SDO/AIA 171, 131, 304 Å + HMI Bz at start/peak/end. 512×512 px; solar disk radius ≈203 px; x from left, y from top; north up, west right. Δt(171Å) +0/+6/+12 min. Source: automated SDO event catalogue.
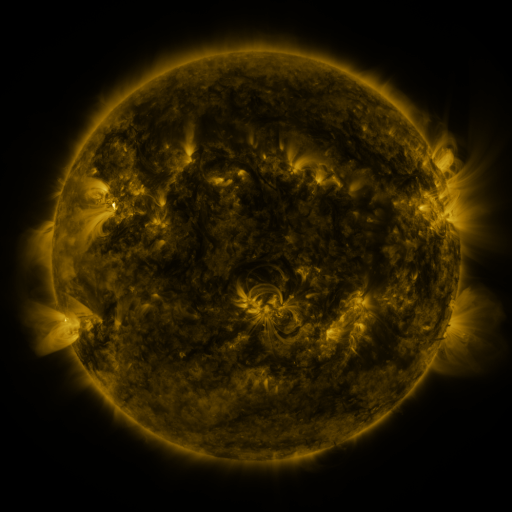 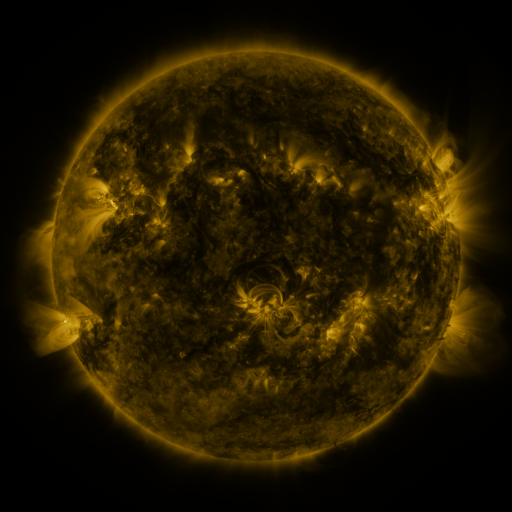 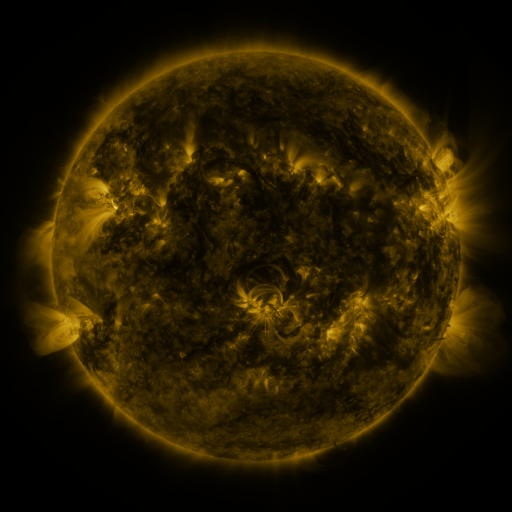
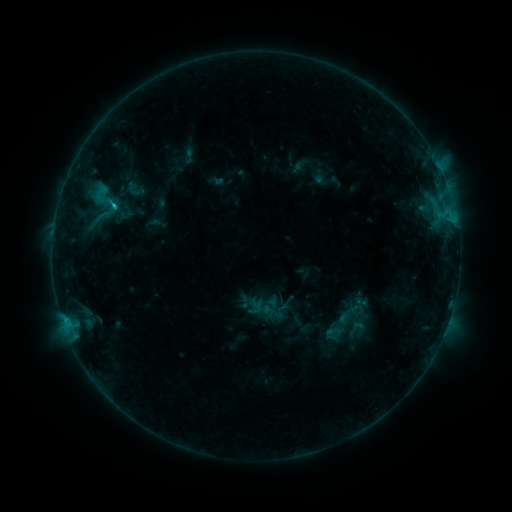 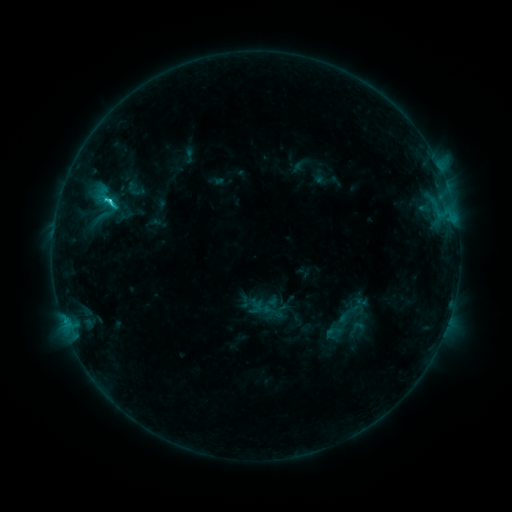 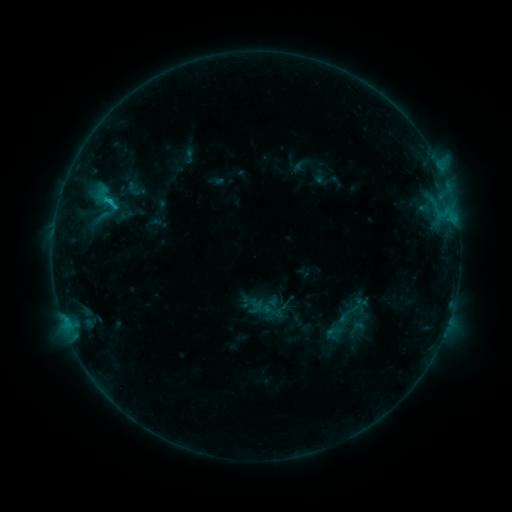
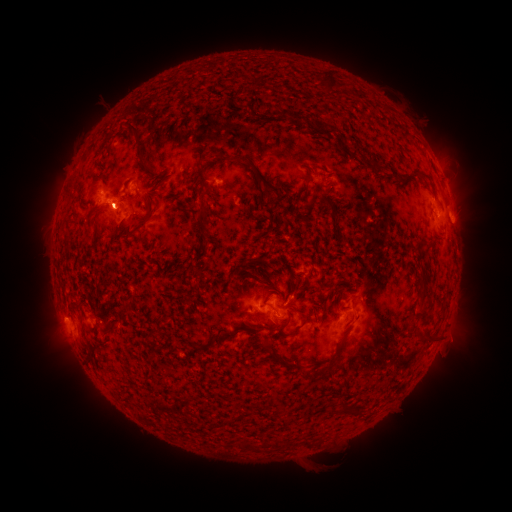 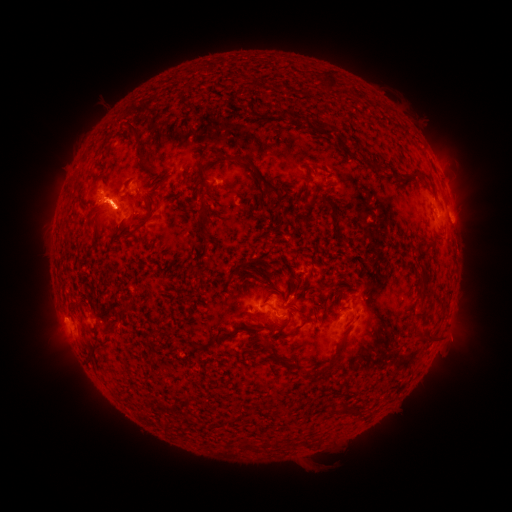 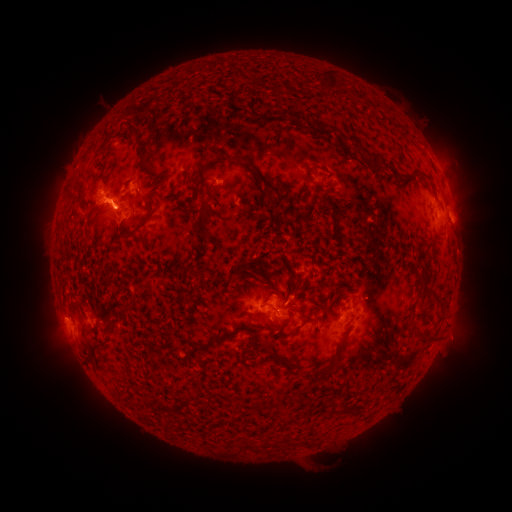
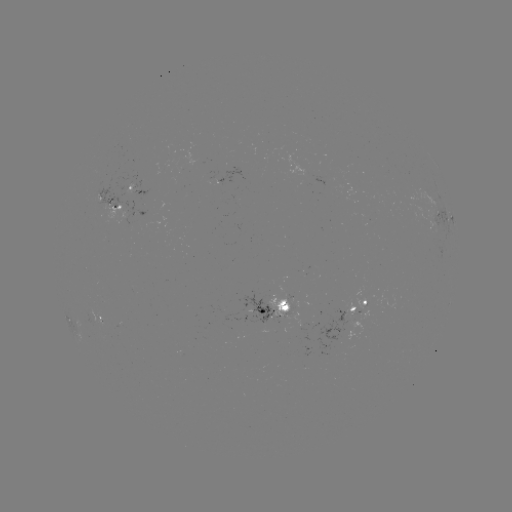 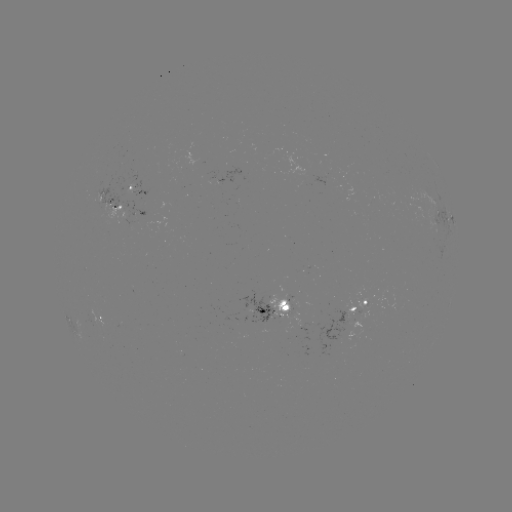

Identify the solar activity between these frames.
eruption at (459, 198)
